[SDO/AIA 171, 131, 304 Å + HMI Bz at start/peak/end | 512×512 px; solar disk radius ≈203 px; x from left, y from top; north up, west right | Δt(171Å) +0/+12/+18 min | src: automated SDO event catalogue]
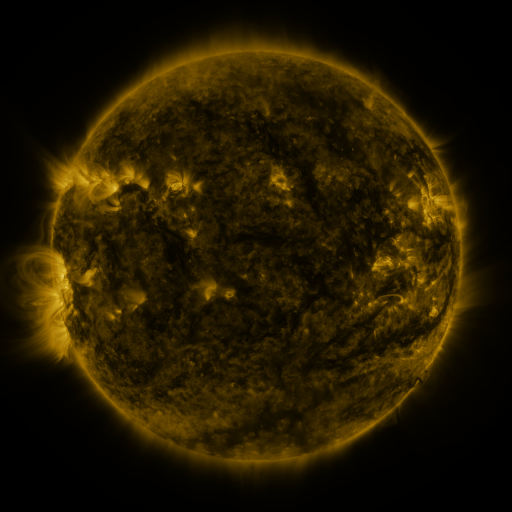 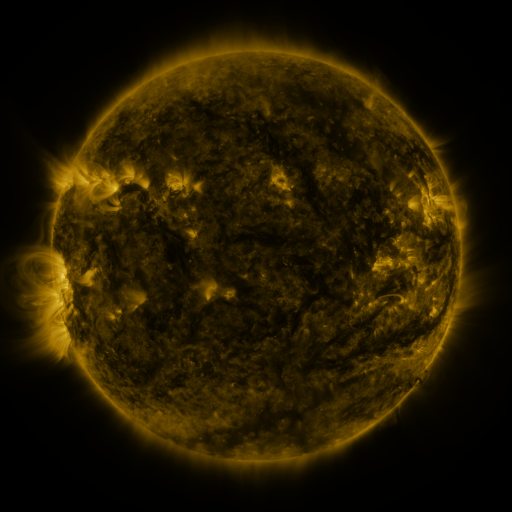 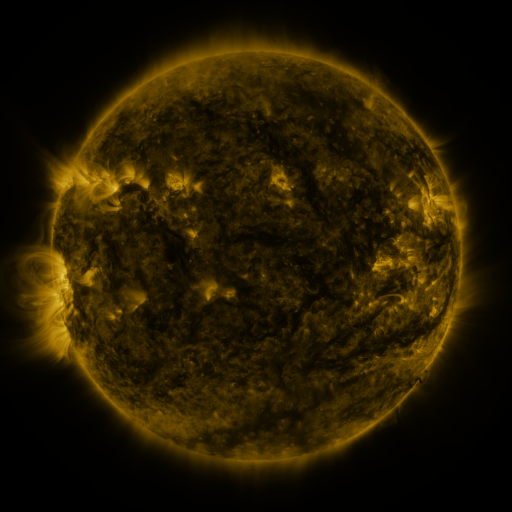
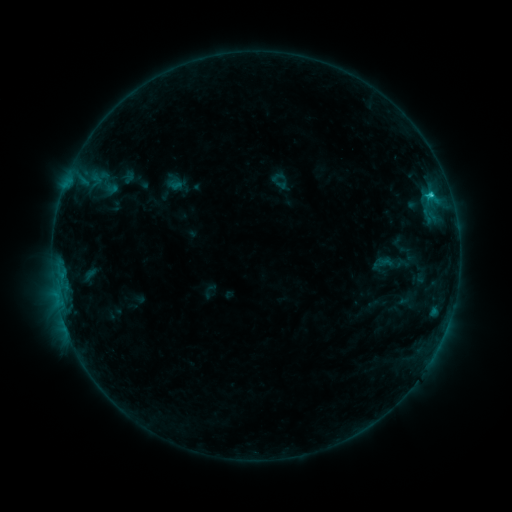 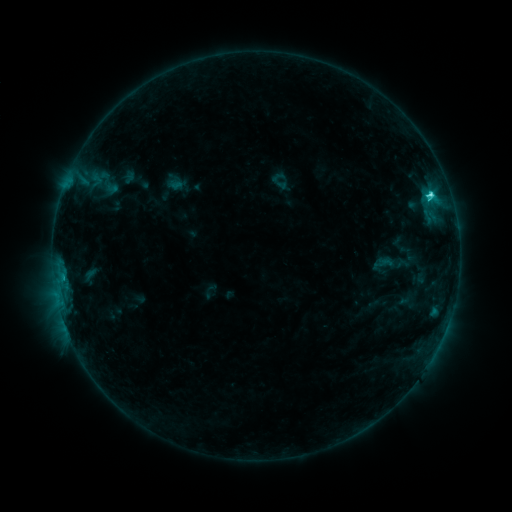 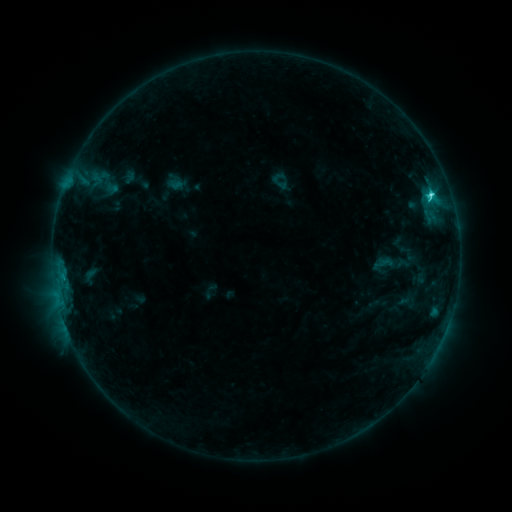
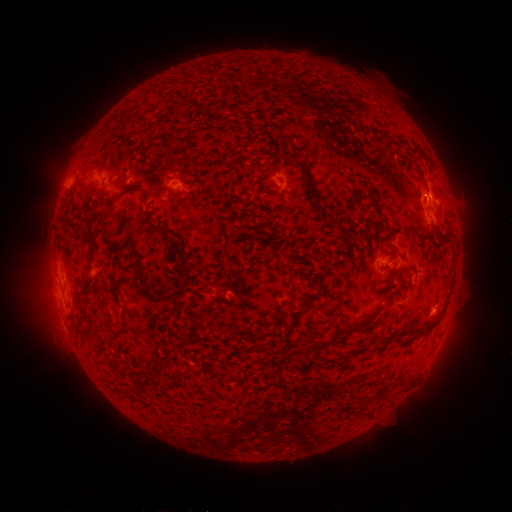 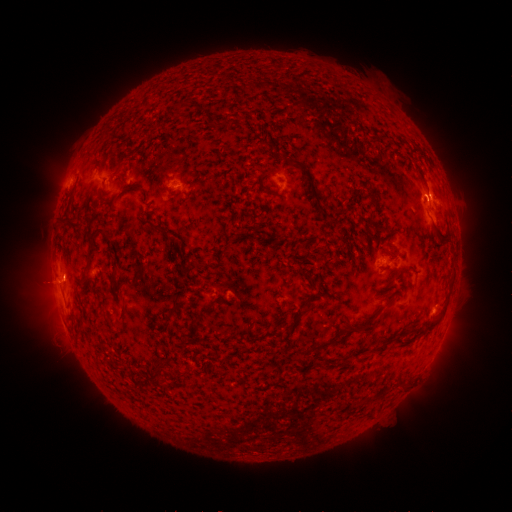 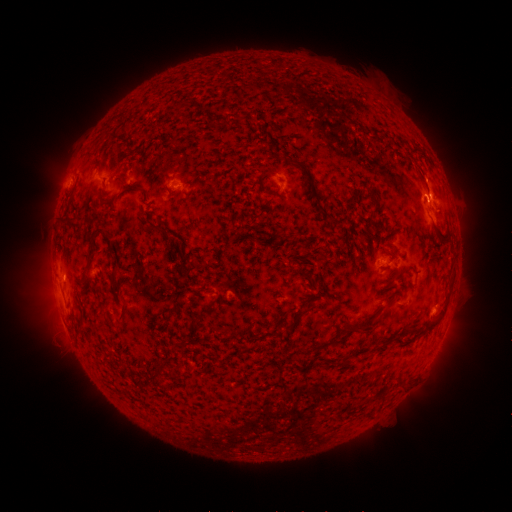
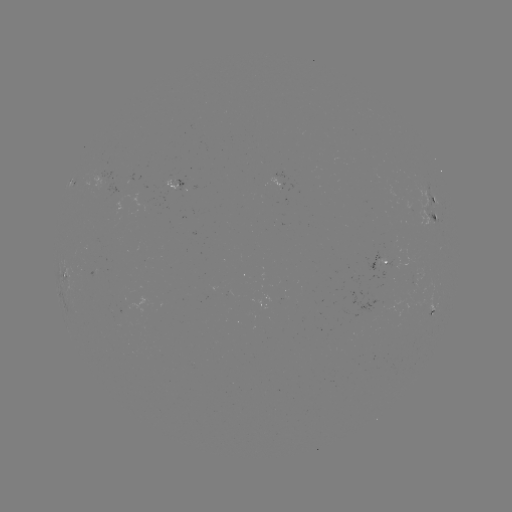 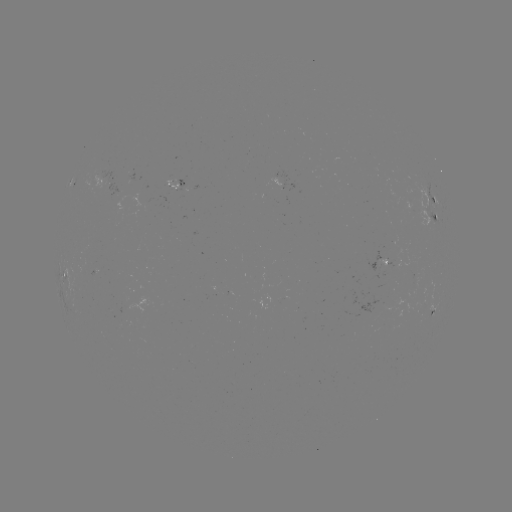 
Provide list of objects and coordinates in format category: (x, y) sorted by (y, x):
C3.5 flare: (430, 195)
